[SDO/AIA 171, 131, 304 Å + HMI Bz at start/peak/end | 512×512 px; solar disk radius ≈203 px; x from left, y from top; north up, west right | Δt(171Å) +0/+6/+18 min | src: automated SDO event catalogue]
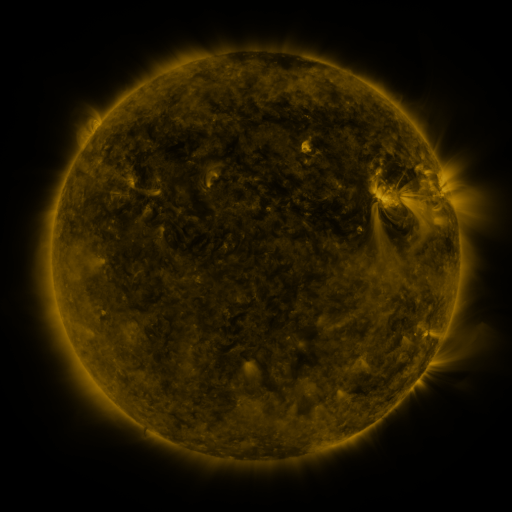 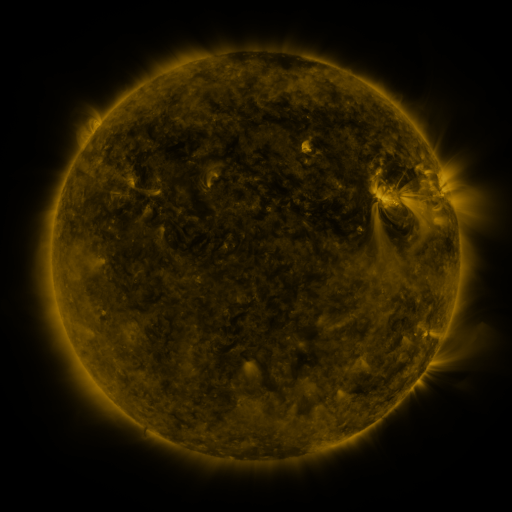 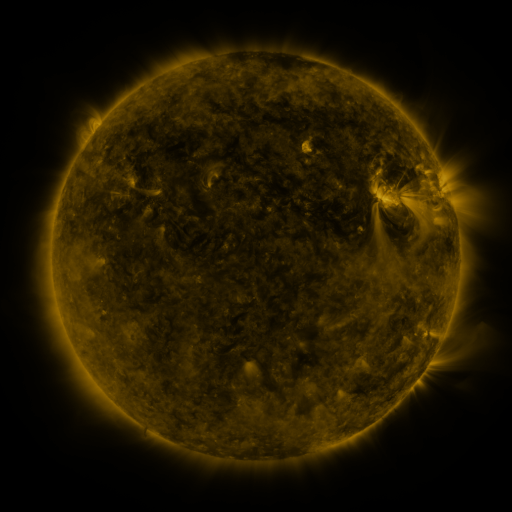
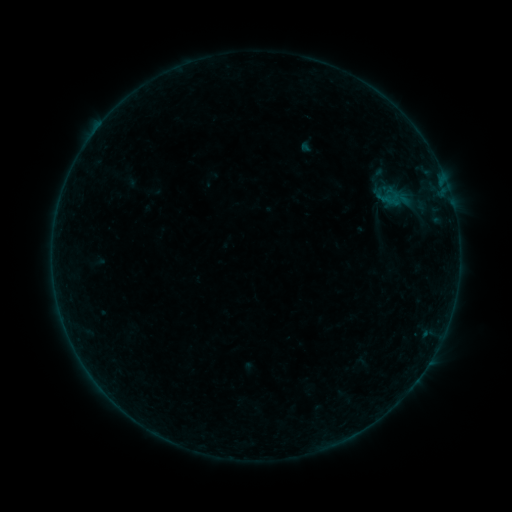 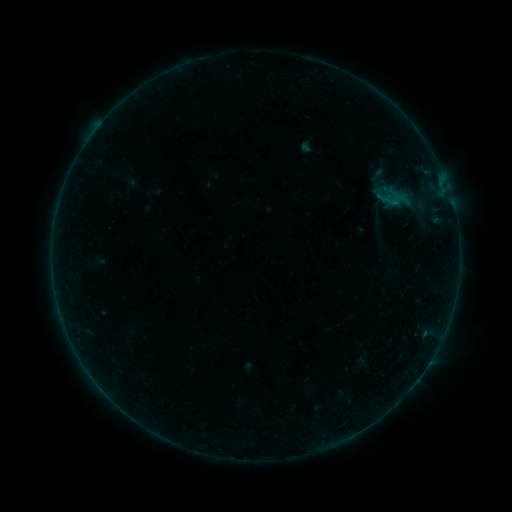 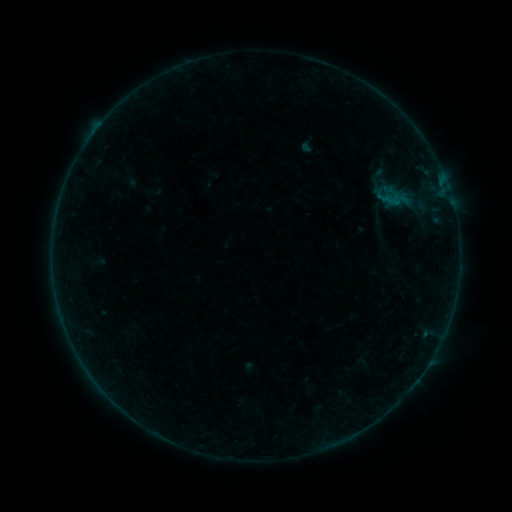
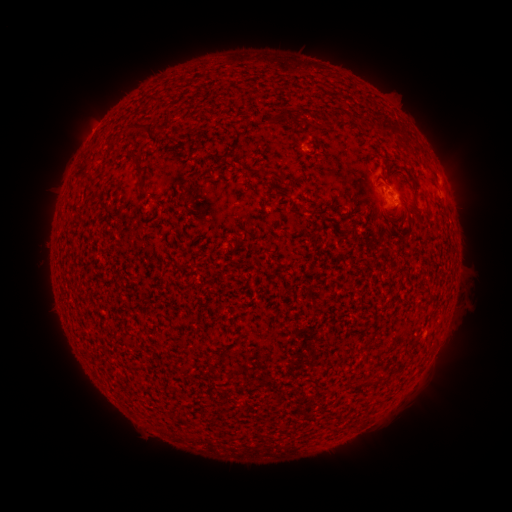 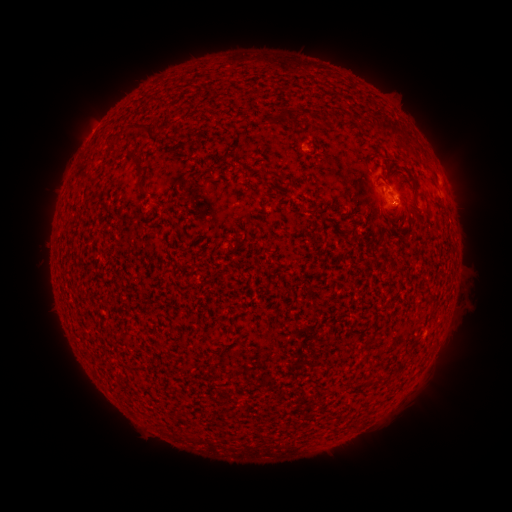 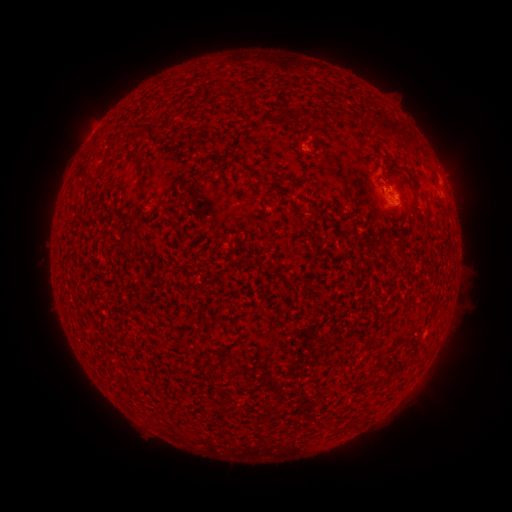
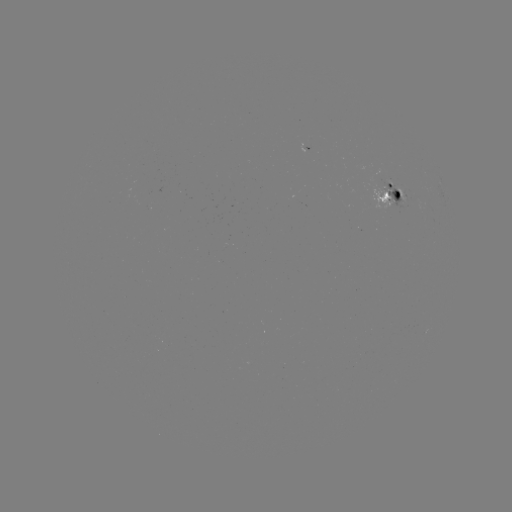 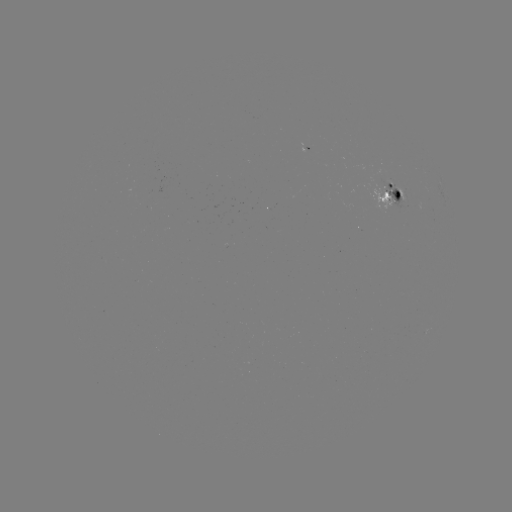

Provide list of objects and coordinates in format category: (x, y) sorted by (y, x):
B1.8 flare: (393, 207)
